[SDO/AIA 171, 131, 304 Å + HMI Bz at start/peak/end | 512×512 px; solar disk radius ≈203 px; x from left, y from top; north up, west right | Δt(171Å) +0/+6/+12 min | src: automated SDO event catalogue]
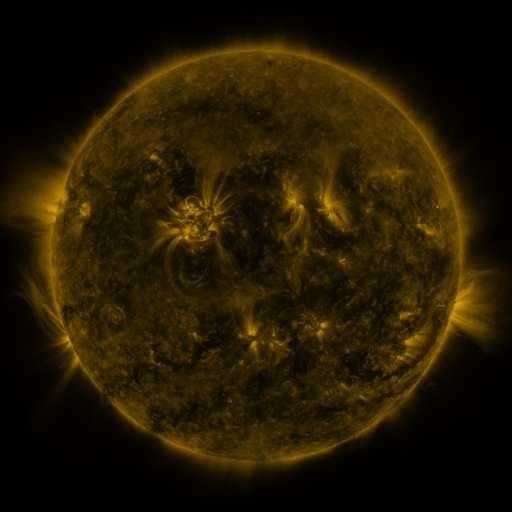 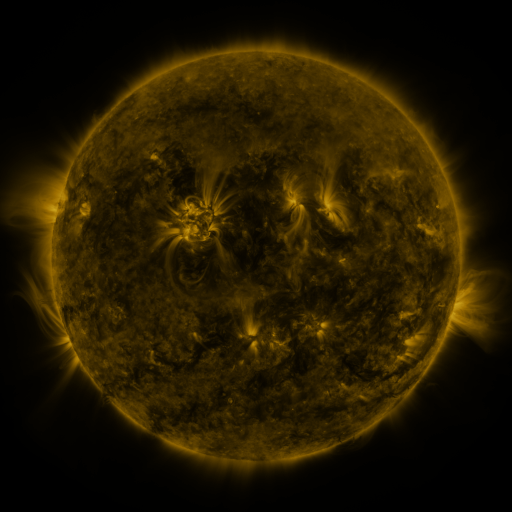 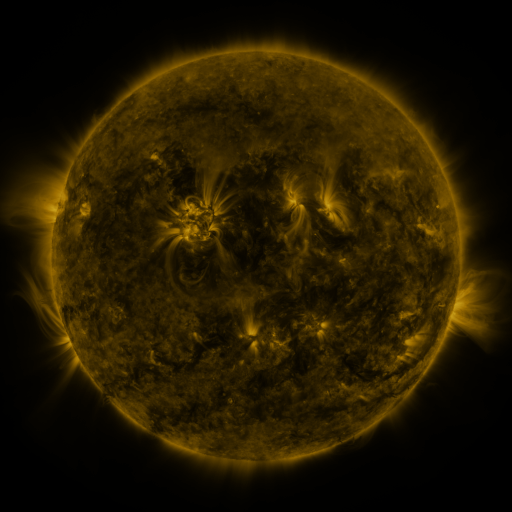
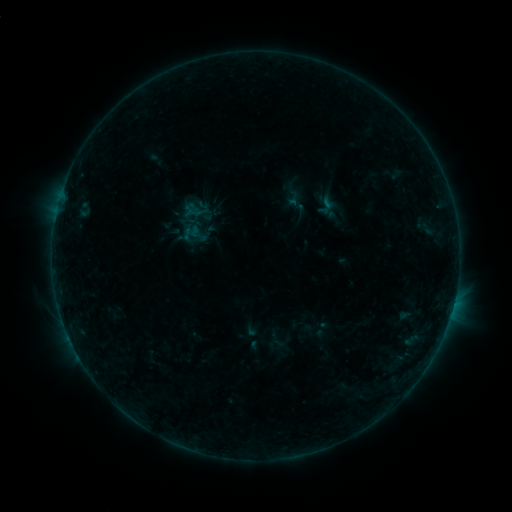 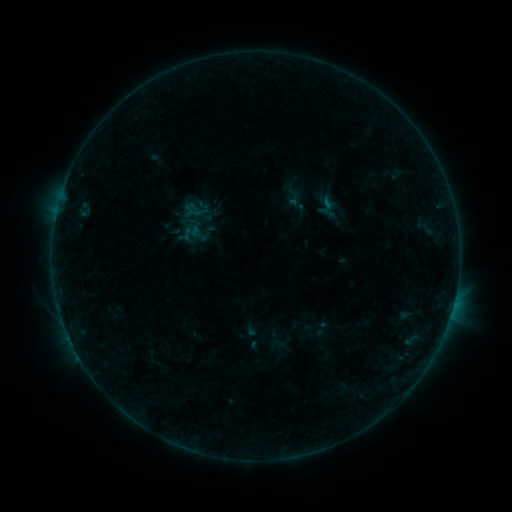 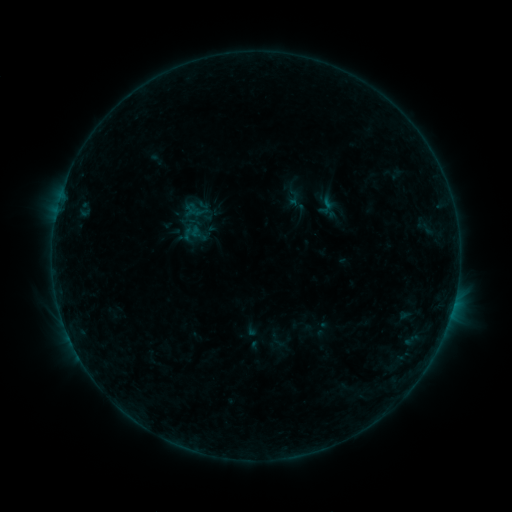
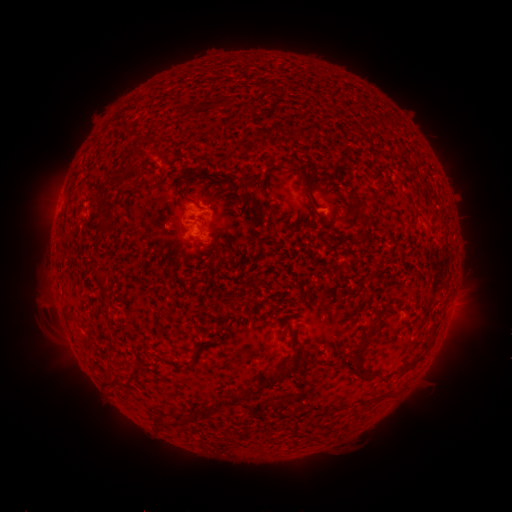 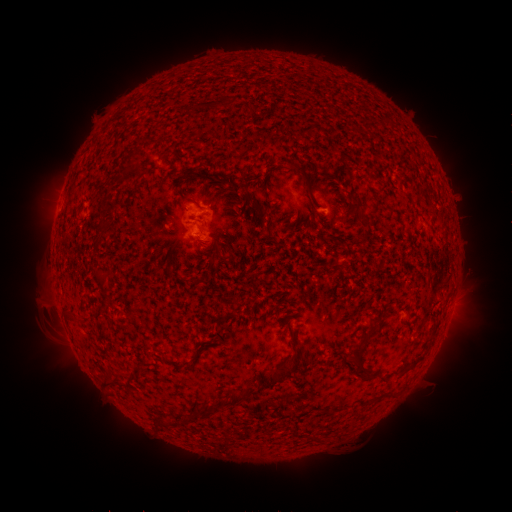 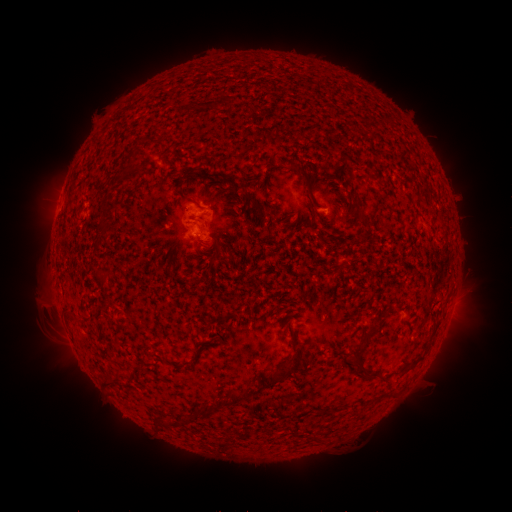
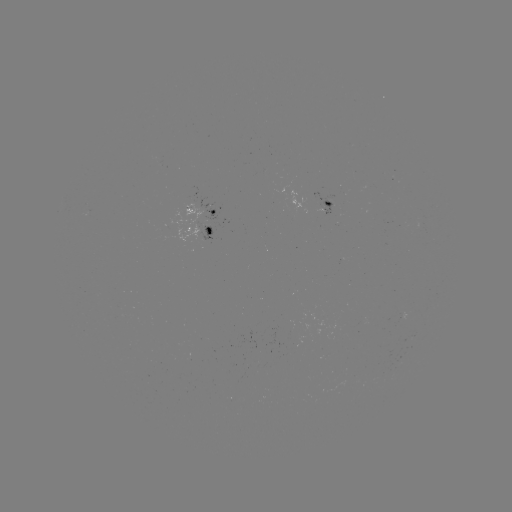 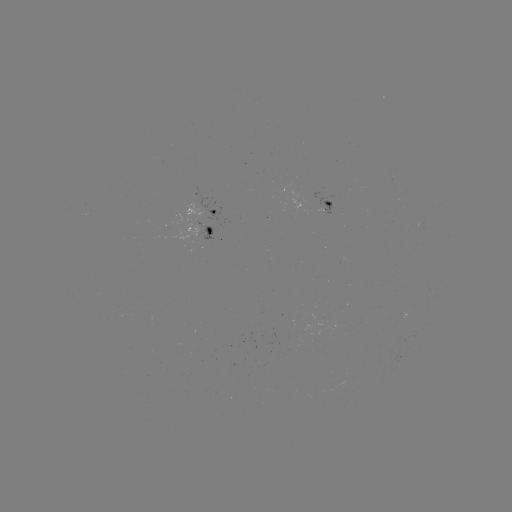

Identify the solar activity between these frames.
no classed flare was catalogued and no EUV brightening was flagged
